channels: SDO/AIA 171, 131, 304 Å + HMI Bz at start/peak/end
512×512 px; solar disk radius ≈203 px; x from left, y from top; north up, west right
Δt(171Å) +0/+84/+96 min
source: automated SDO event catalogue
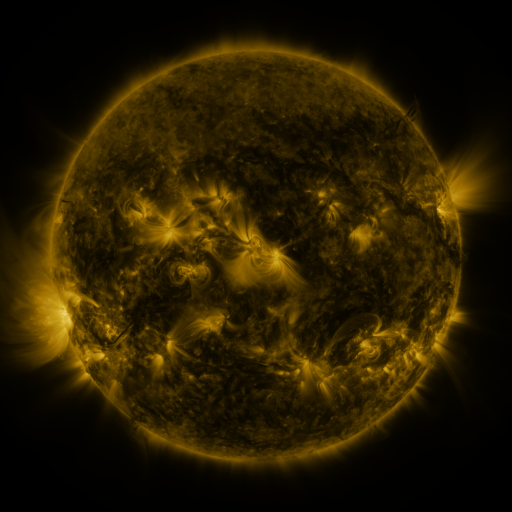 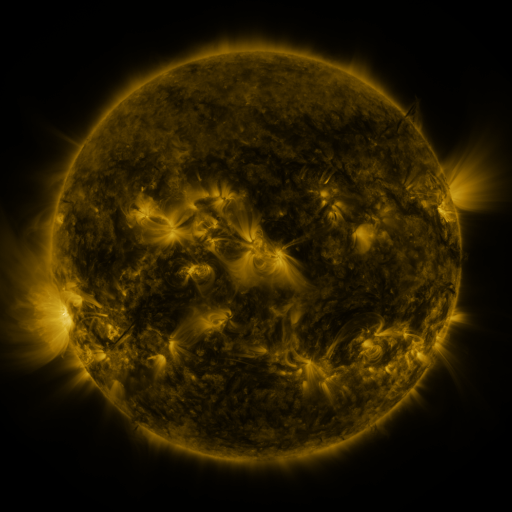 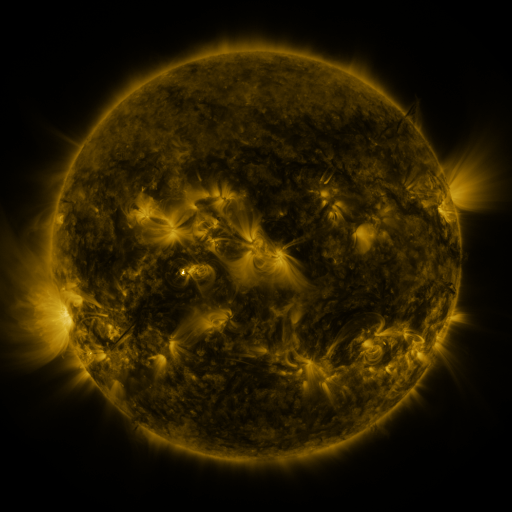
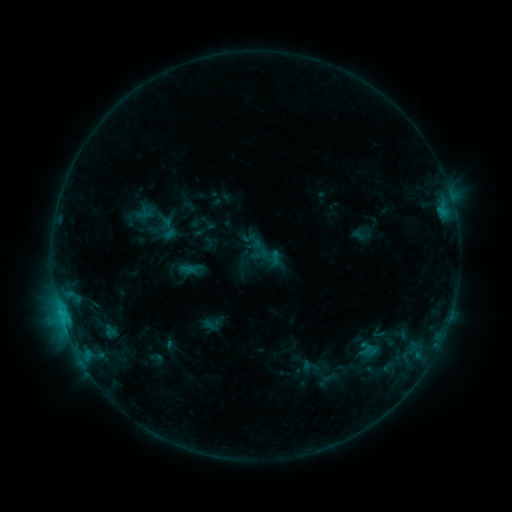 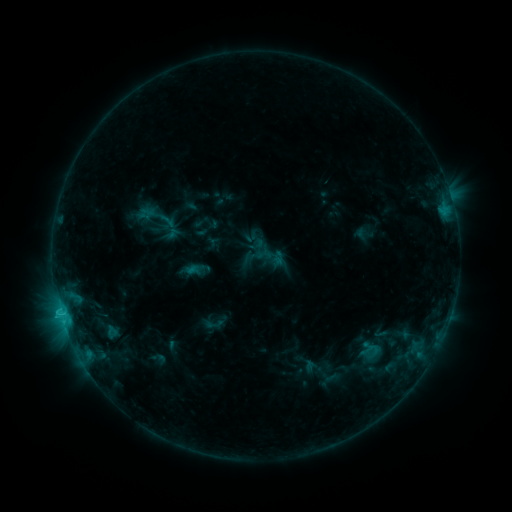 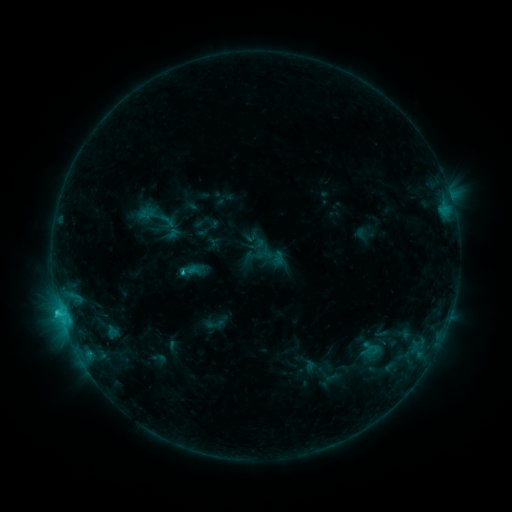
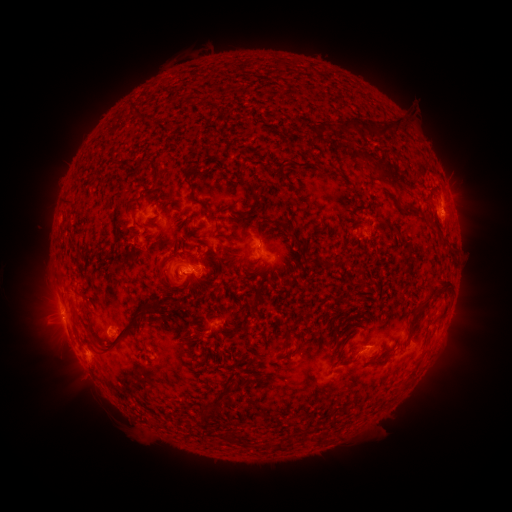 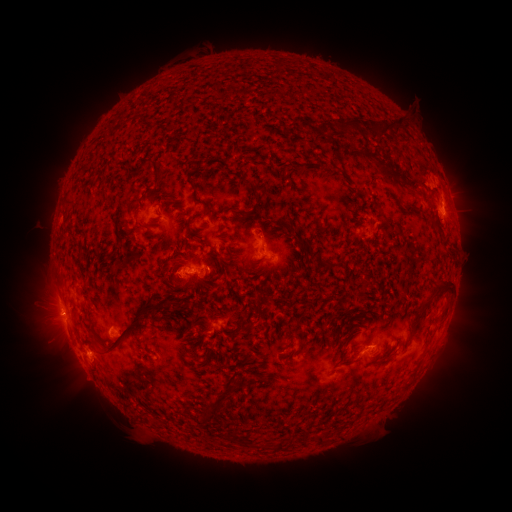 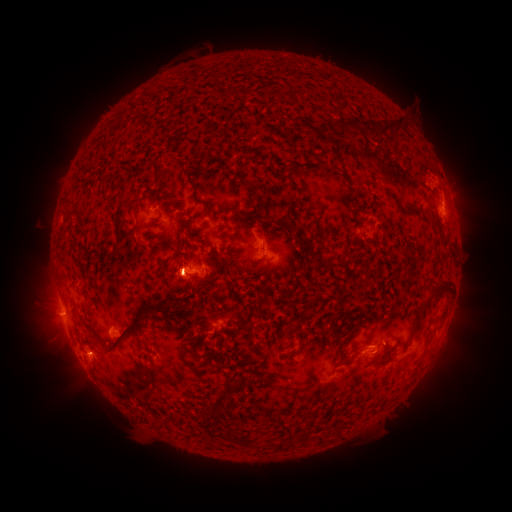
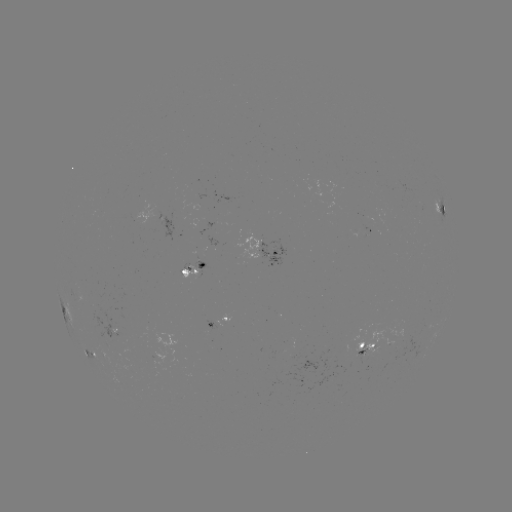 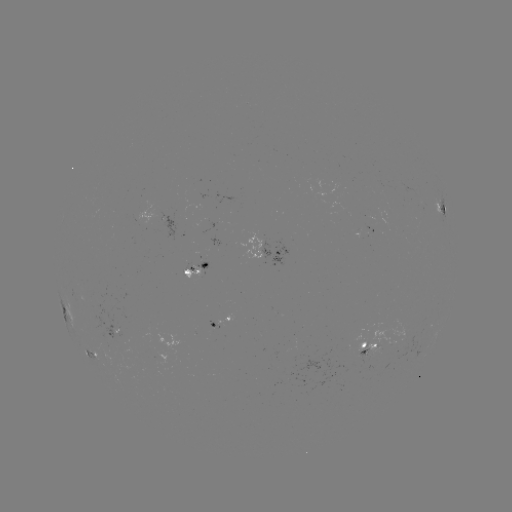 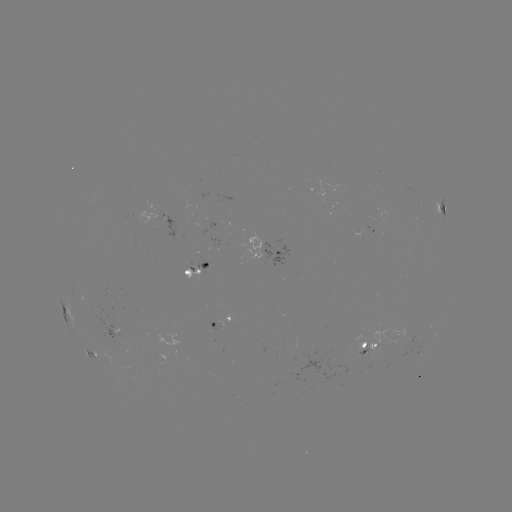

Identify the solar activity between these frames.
emerging-flux region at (118, 337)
